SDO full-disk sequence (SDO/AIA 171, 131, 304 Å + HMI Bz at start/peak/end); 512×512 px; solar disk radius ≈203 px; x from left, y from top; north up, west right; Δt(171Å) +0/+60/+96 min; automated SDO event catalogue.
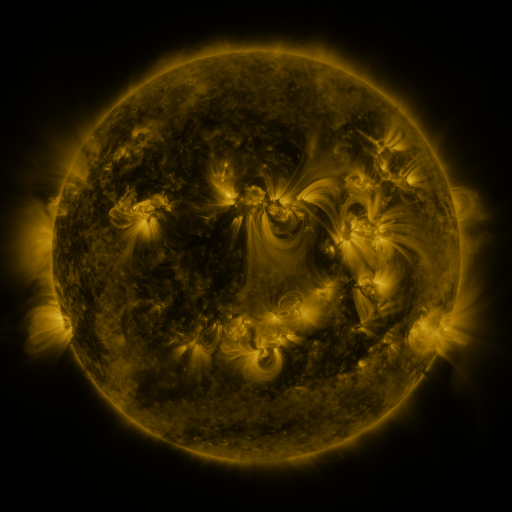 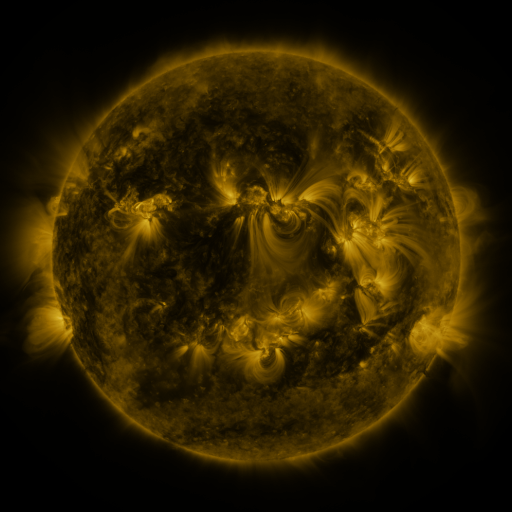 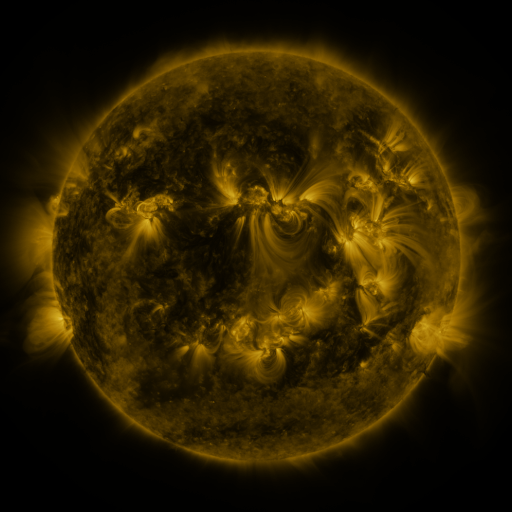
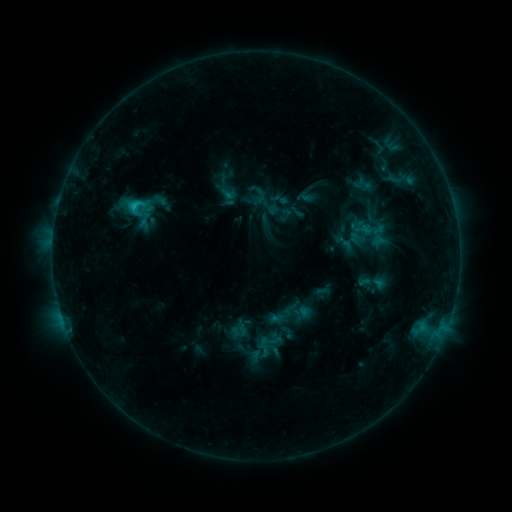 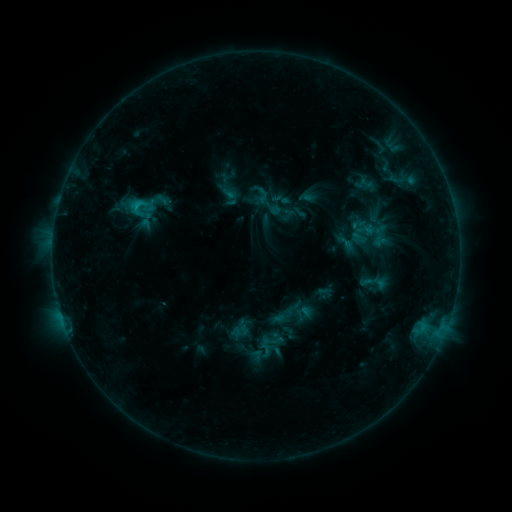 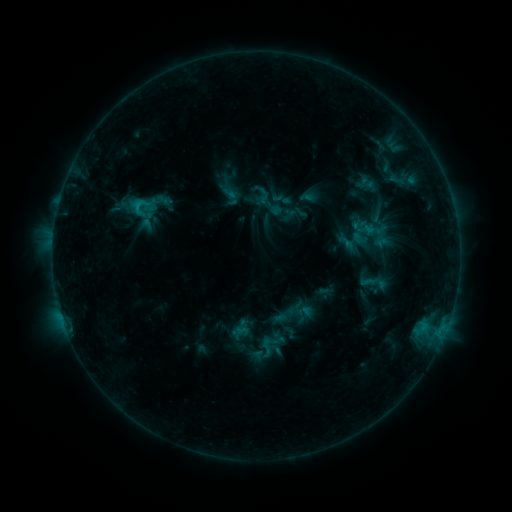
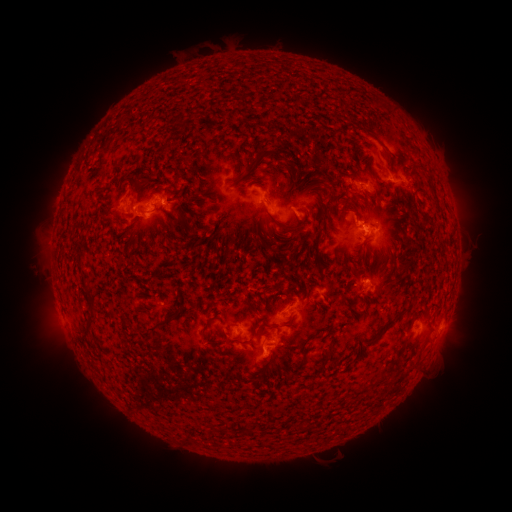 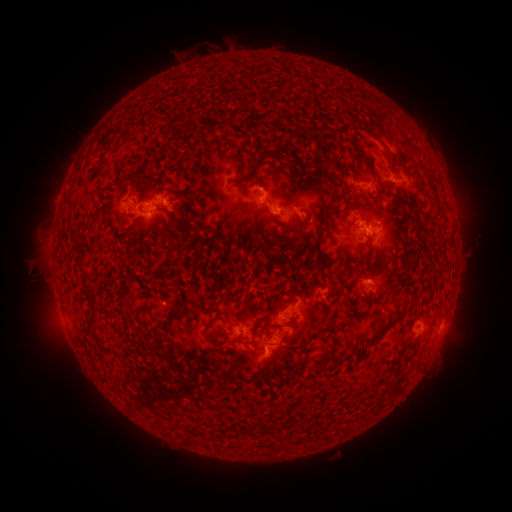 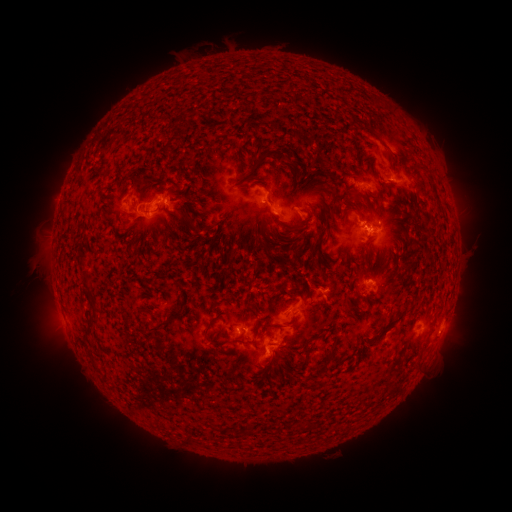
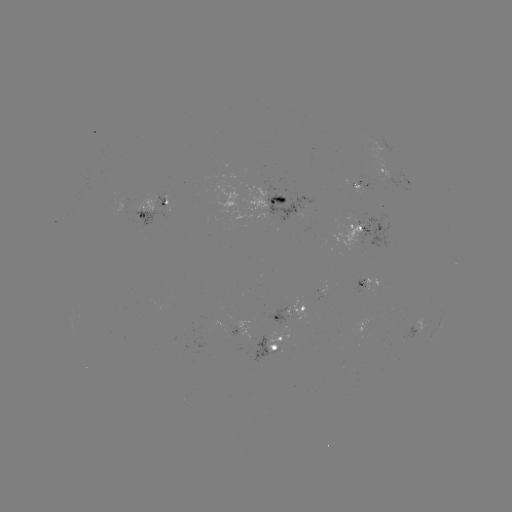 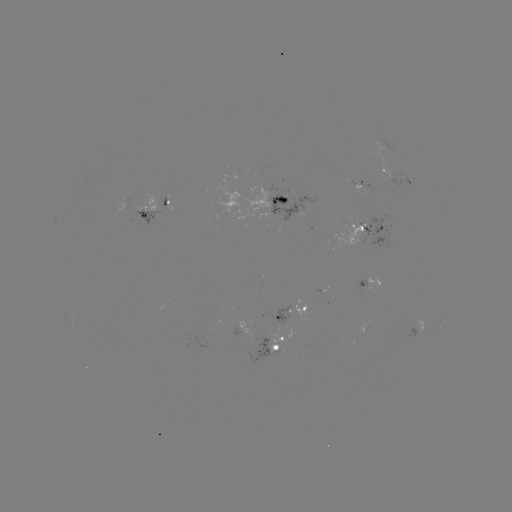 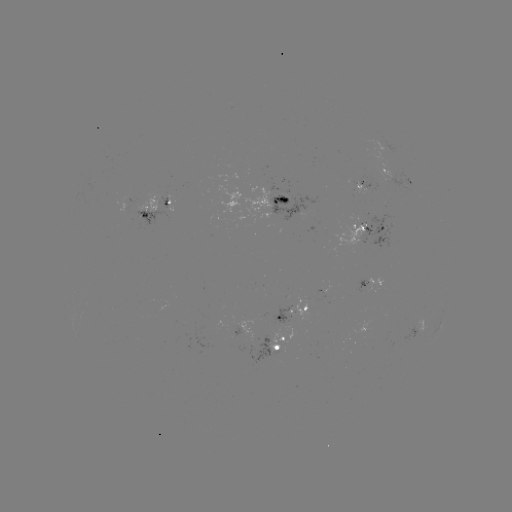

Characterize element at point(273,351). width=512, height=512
emerging-flux region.